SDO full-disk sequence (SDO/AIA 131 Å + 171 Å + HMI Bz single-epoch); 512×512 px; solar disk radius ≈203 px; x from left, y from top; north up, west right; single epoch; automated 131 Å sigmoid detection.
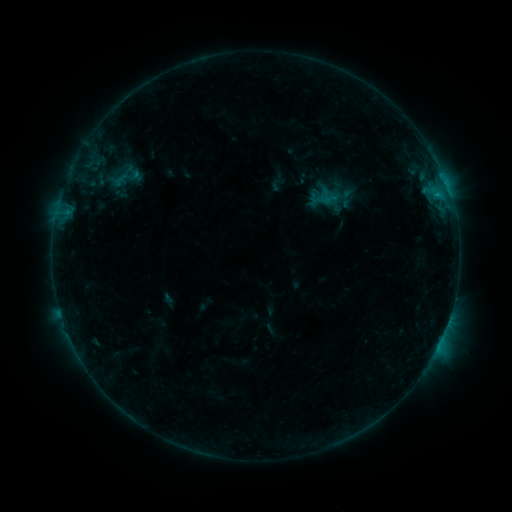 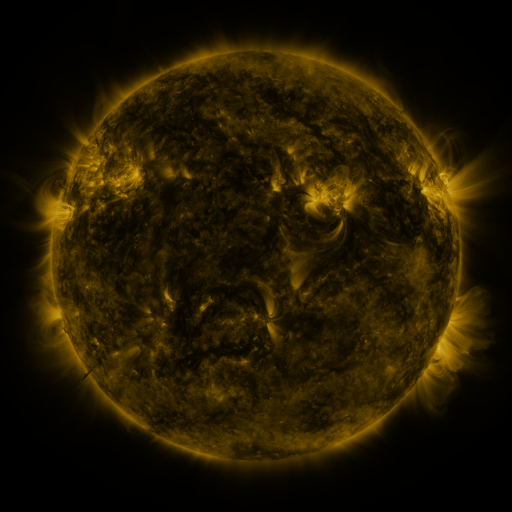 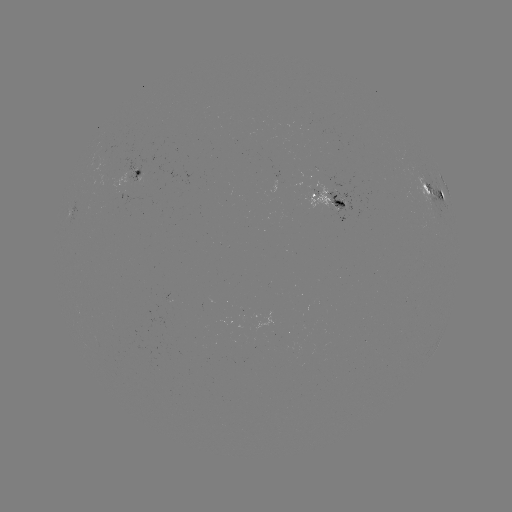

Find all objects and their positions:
sigmoid: (134, 172)
sigmoid: (121, 179)
